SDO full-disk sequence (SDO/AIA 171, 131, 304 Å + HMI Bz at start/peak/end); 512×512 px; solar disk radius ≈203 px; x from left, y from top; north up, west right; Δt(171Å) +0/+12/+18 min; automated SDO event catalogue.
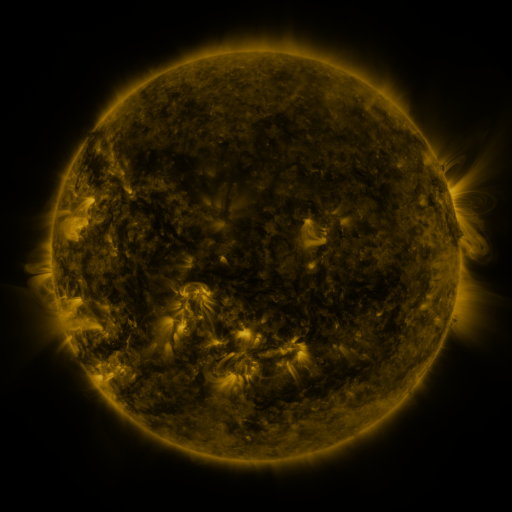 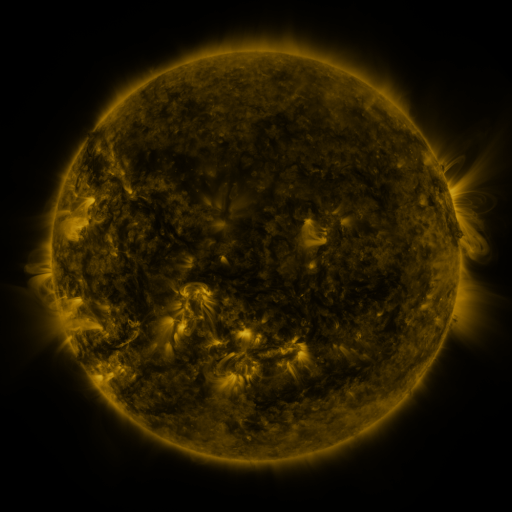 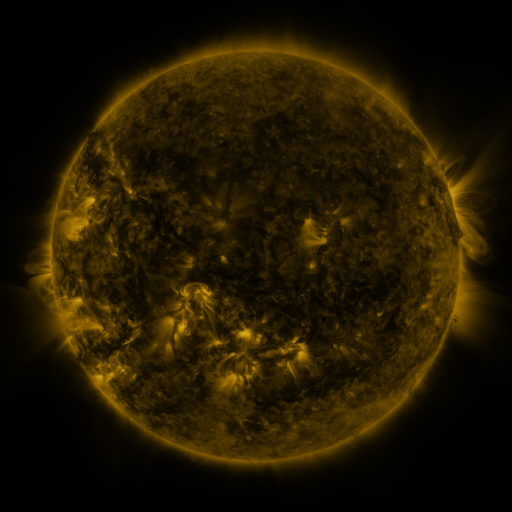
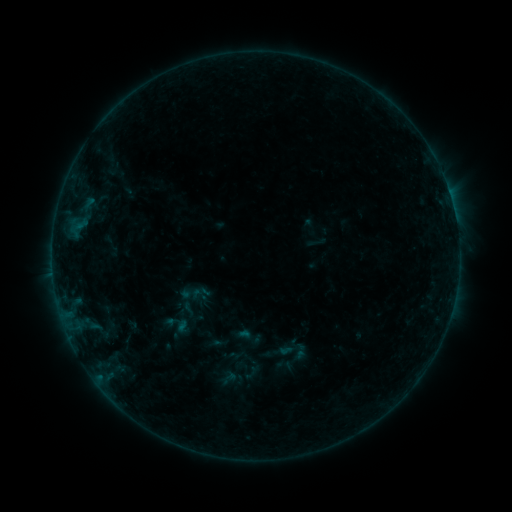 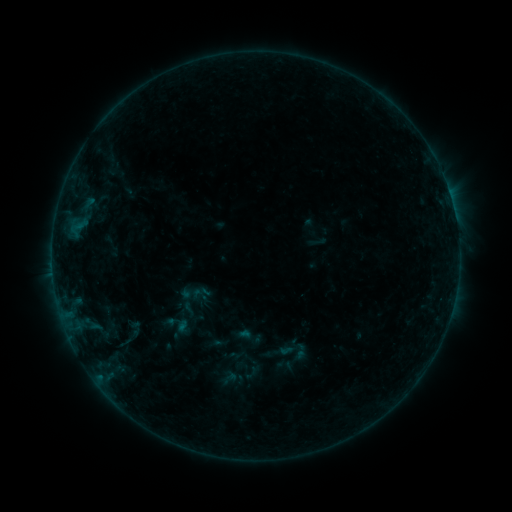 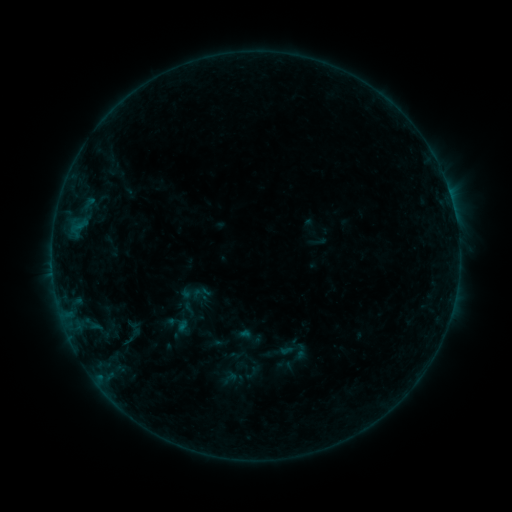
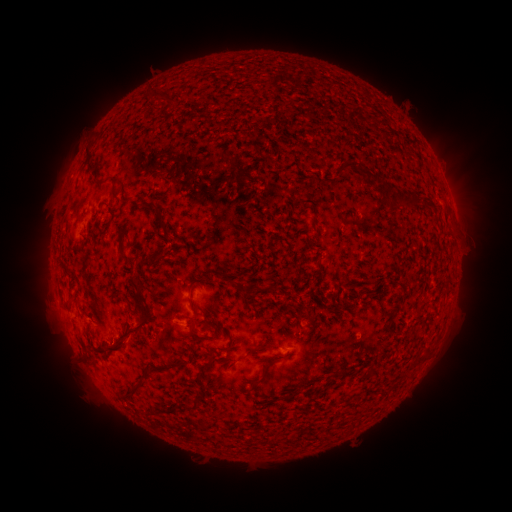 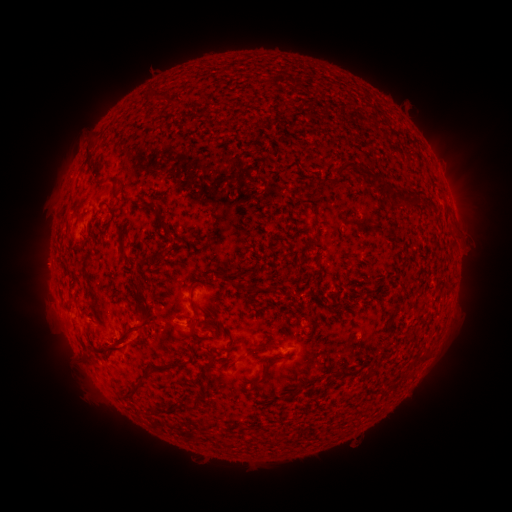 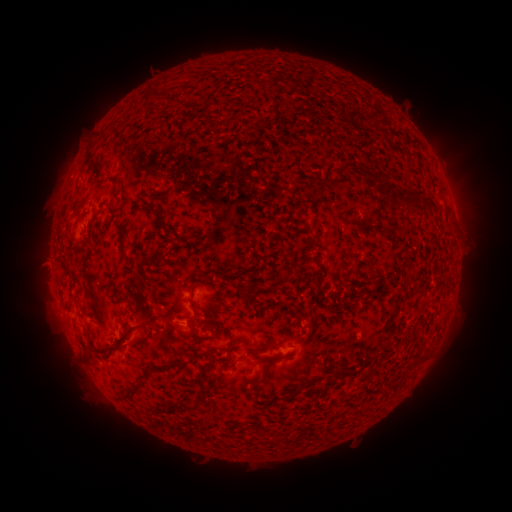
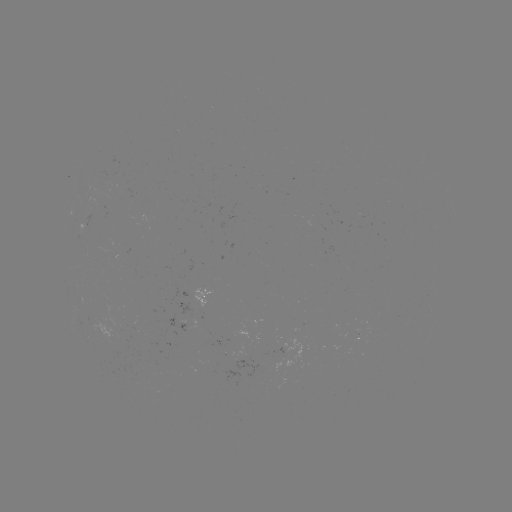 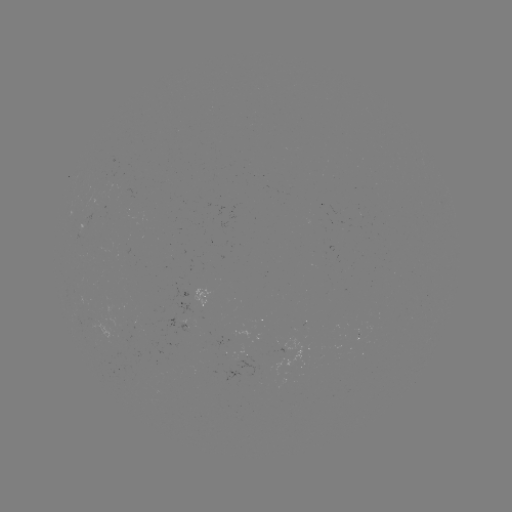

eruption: [112, 302, 159, 361]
